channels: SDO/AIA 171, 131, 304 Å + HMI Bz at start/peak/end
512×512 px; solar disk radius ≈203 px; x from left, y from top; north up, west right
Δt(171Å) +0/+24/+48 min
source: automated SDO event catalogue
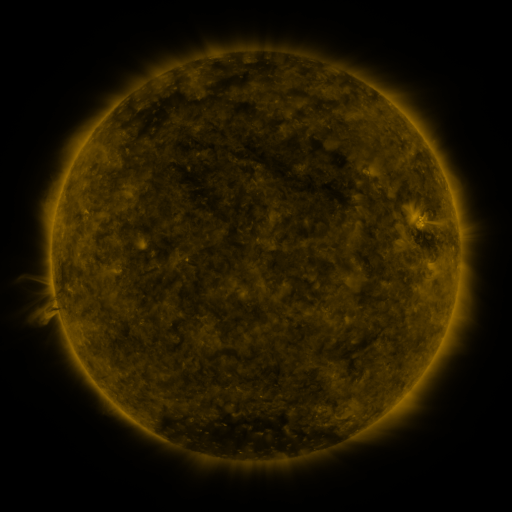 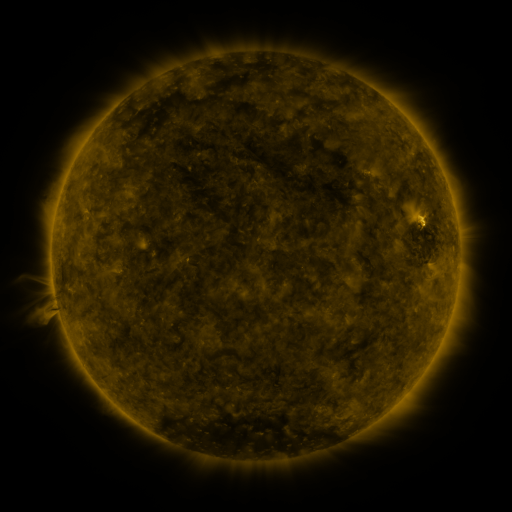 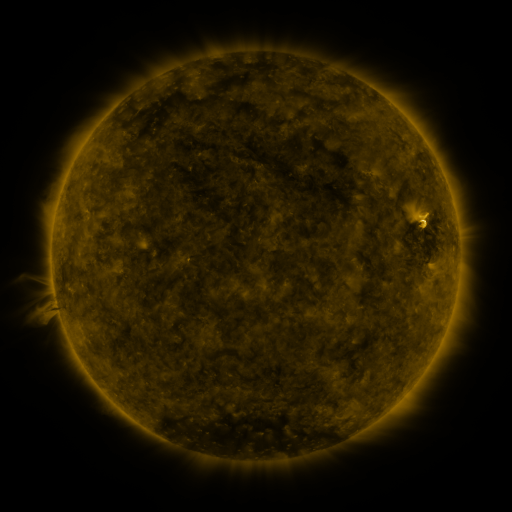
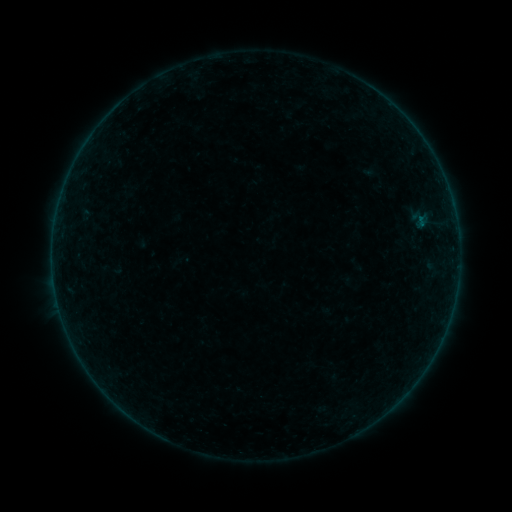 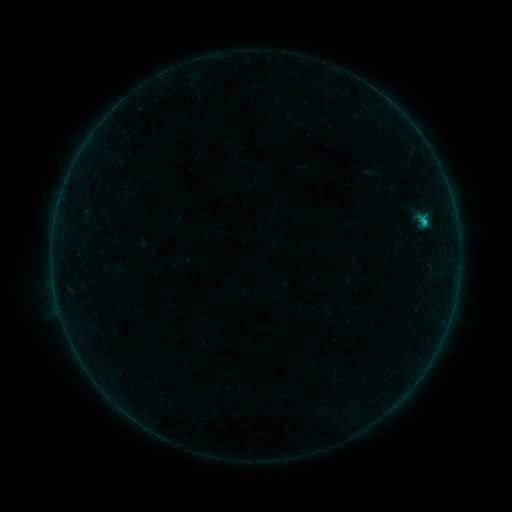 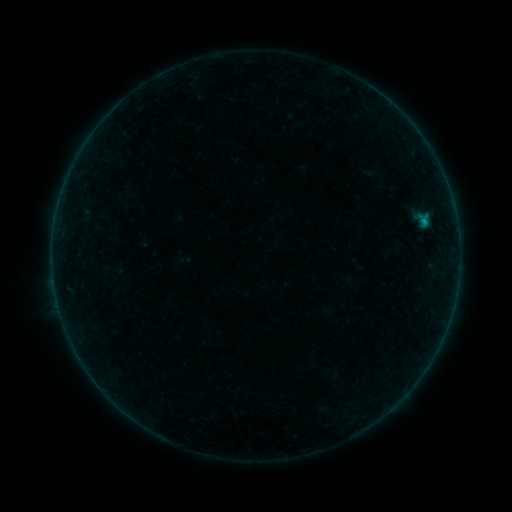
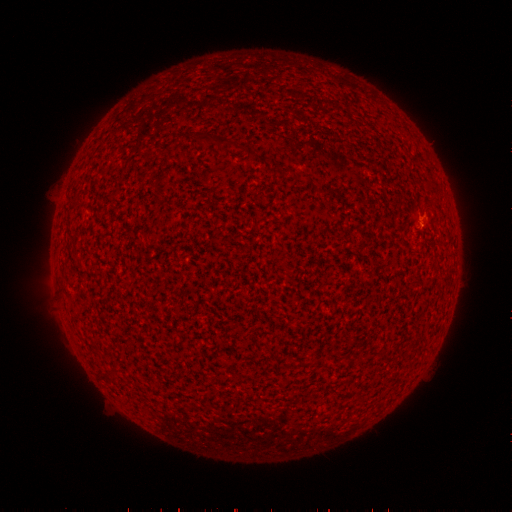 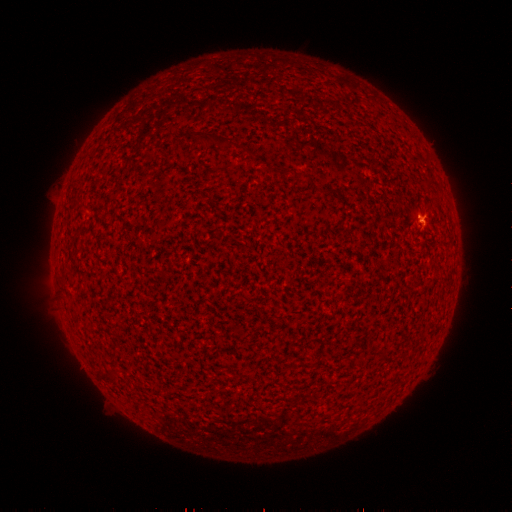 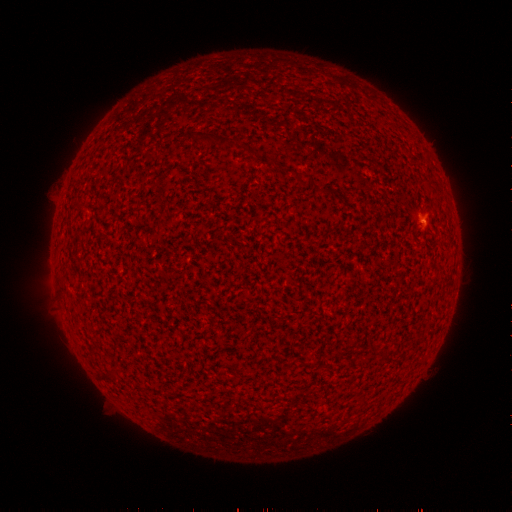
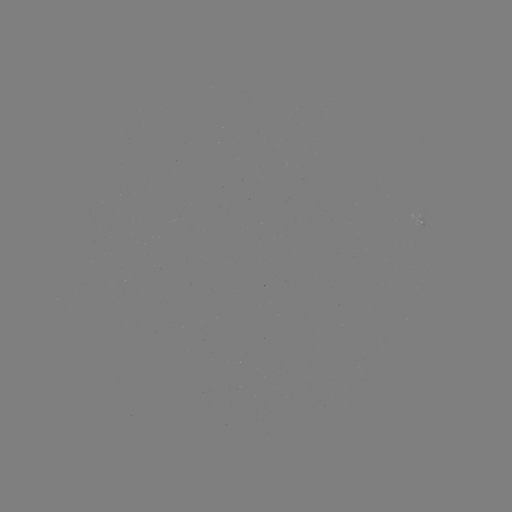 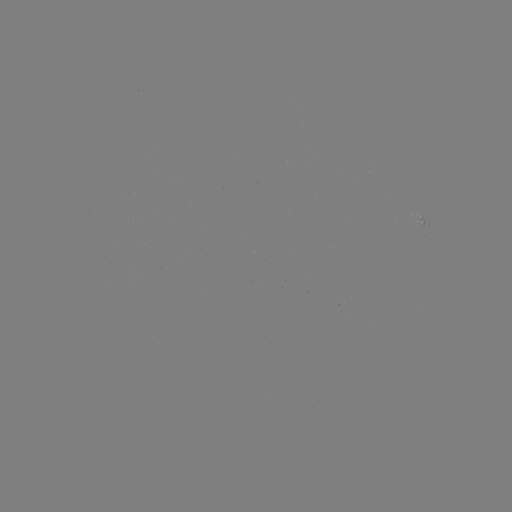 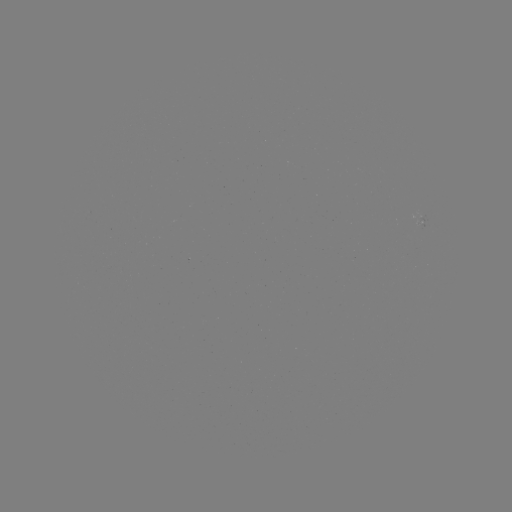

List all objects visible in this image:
B6.8 flare: (422, 223)
